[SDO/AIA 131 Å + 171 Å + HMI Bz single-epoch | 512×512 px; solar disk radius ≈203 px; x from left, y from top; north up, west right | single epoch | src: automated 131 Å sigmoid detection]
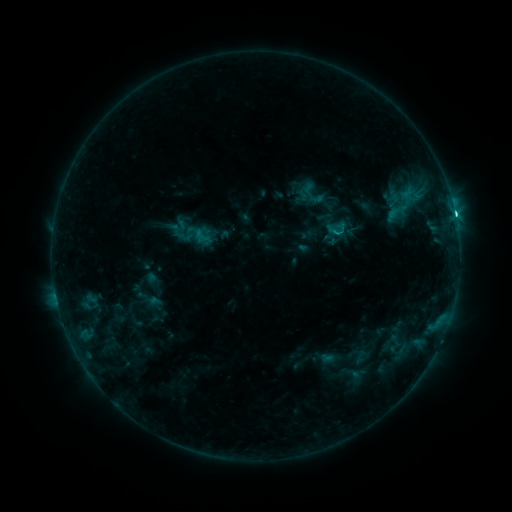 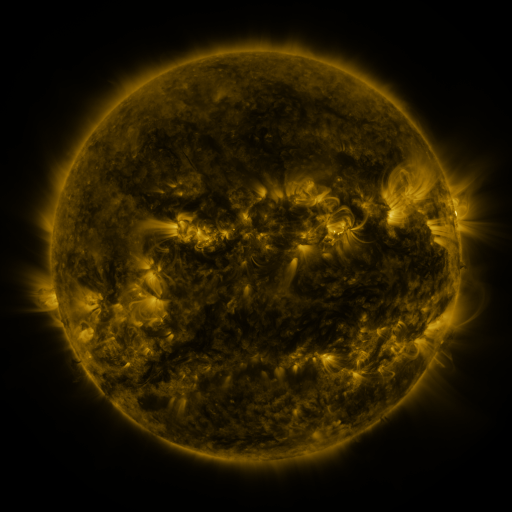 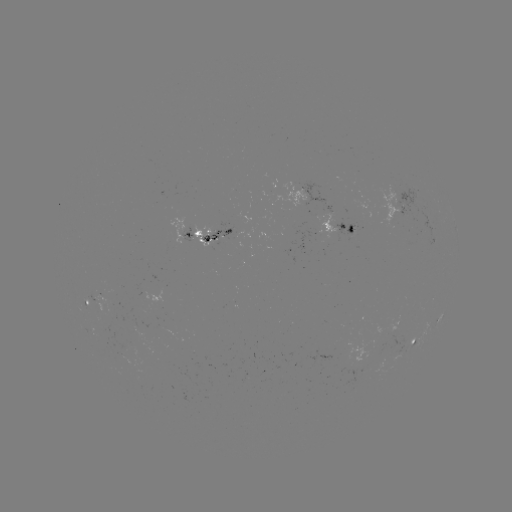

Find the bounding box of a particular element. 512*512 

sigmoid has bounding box [291, 178, 330, 210].